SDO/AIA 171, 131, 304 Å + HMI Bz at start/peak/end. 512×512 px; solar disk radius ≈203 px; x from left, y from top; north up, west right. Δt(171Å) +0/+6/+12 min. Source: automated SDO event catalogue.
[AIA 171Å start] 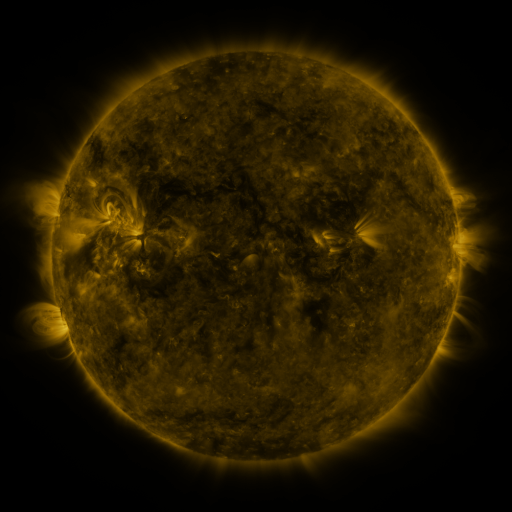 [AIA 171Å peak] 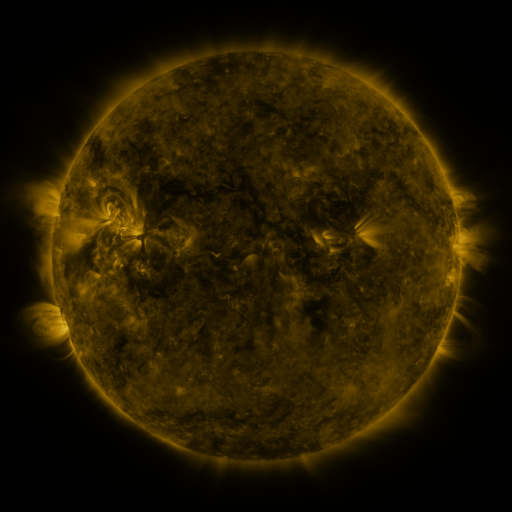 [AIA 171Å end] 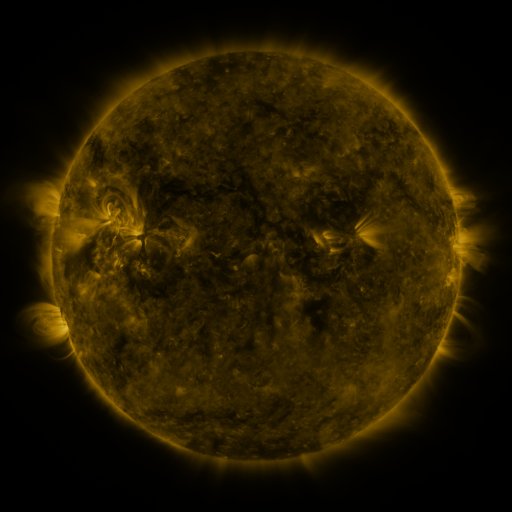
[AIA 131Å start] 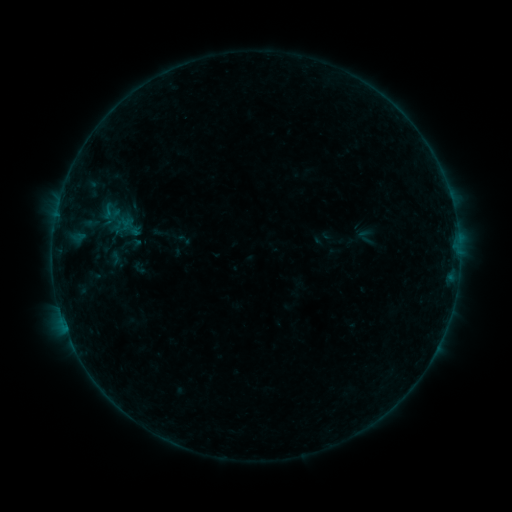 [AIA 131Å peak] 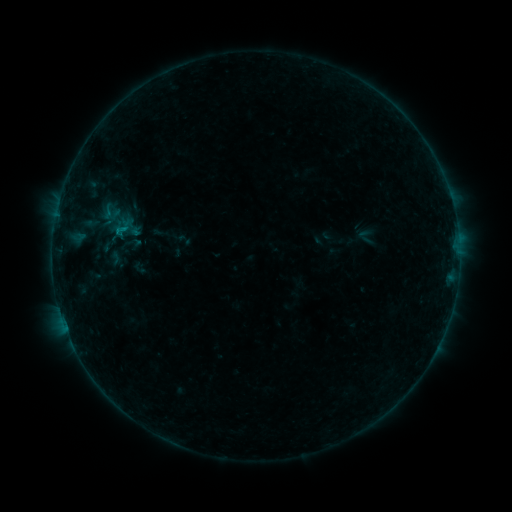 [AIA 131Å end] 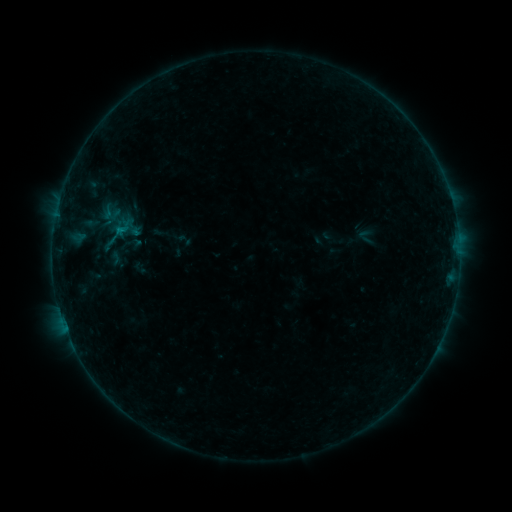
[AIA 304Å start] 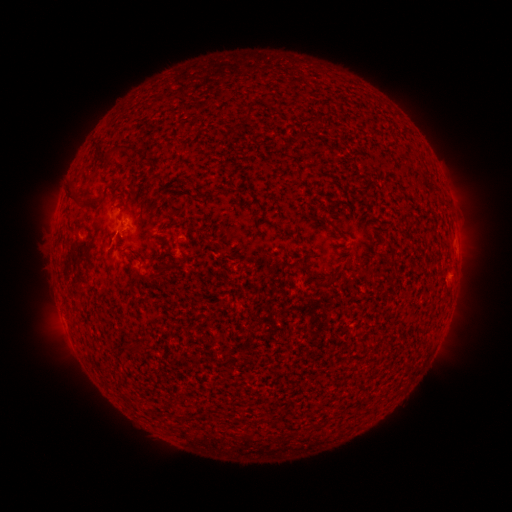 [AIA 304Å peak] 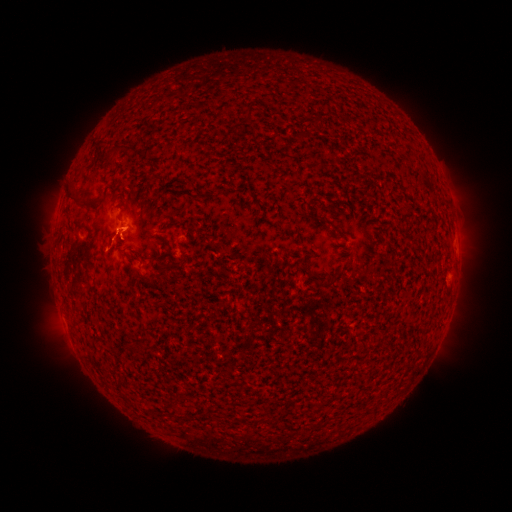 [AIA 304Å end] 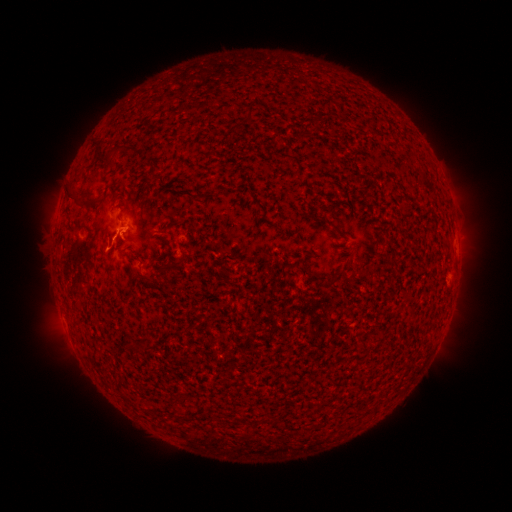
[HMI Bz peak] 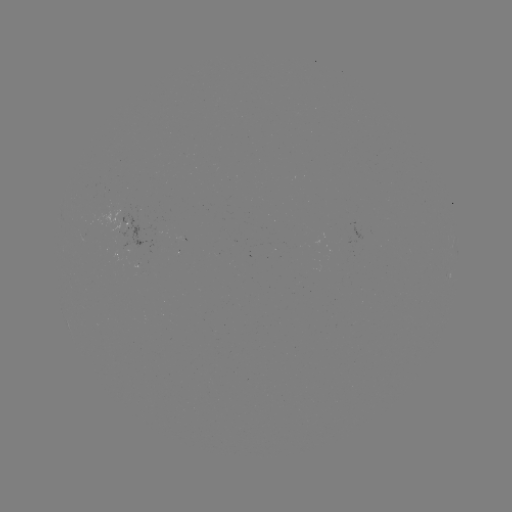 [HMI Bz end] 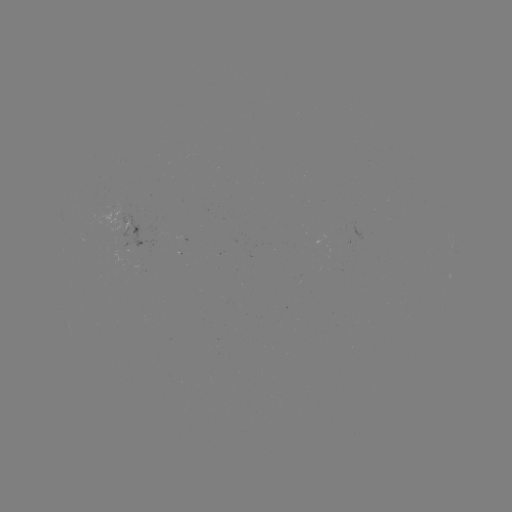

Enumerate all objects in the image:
B4.1 flare: (120, 232)
